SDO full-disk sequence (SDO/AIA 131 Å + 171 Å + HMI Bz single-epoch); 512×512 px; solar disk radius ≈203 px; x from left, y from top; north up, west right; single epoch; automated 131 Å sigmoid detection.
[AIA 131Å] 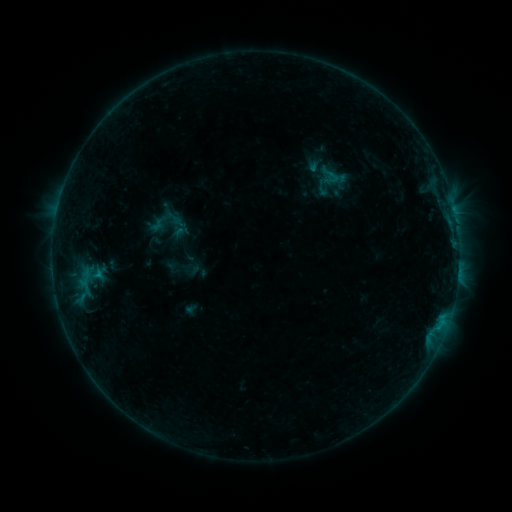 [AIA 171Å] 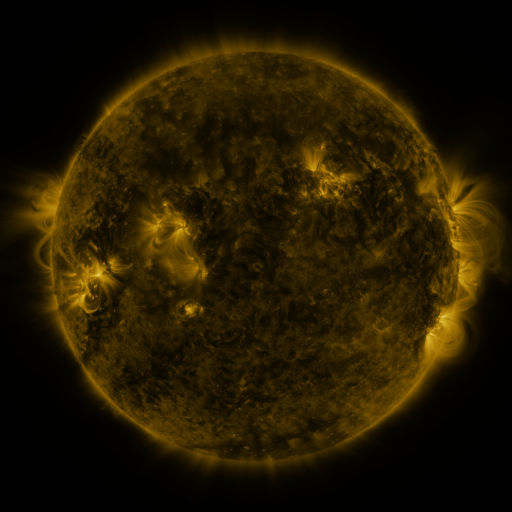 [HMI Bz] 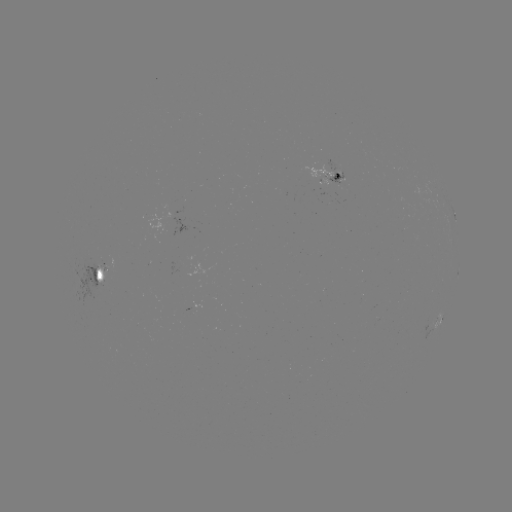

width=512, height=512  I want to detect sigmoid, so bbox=[315, 163, 345, 187].